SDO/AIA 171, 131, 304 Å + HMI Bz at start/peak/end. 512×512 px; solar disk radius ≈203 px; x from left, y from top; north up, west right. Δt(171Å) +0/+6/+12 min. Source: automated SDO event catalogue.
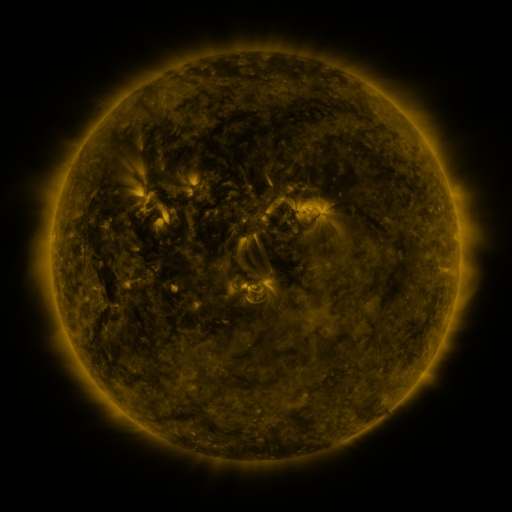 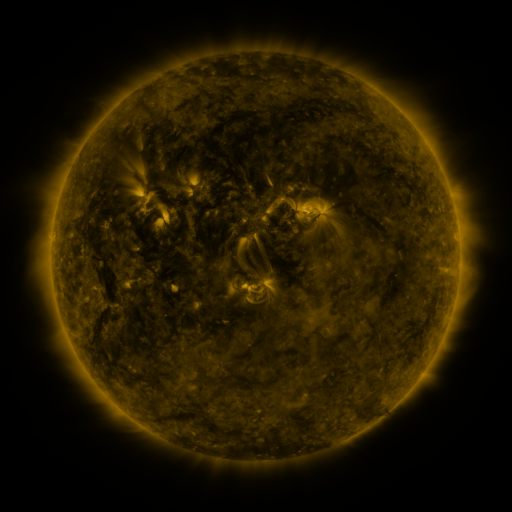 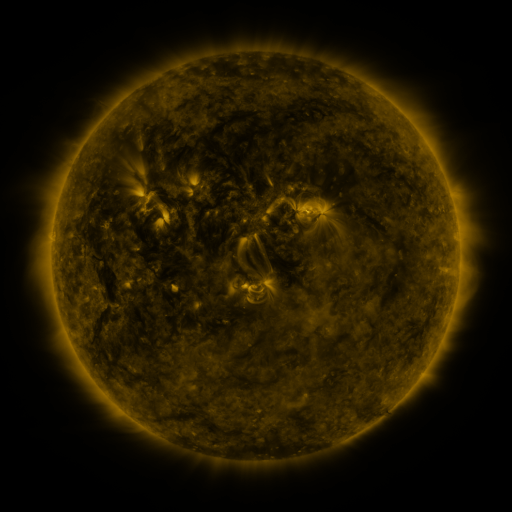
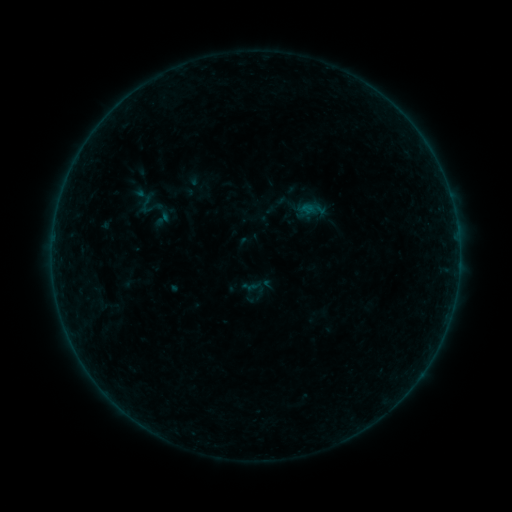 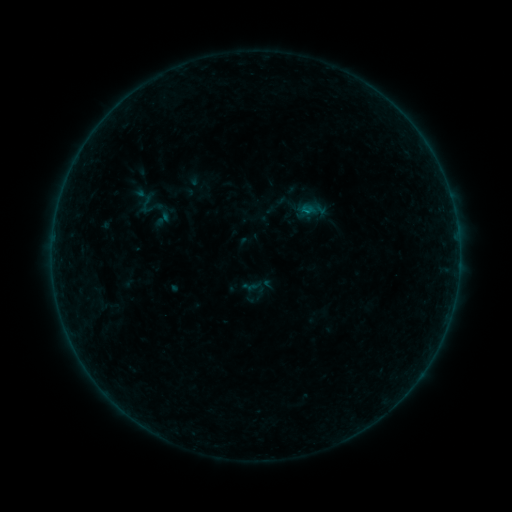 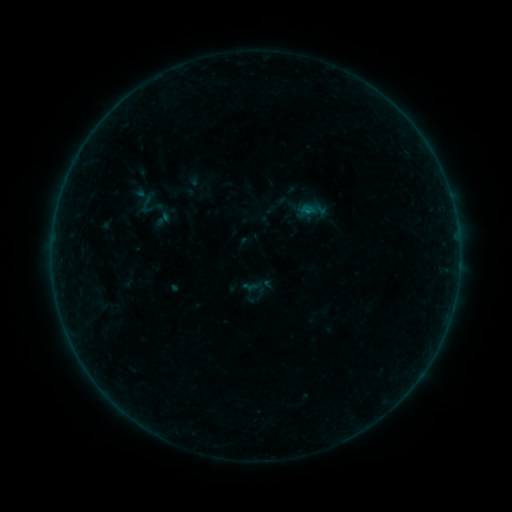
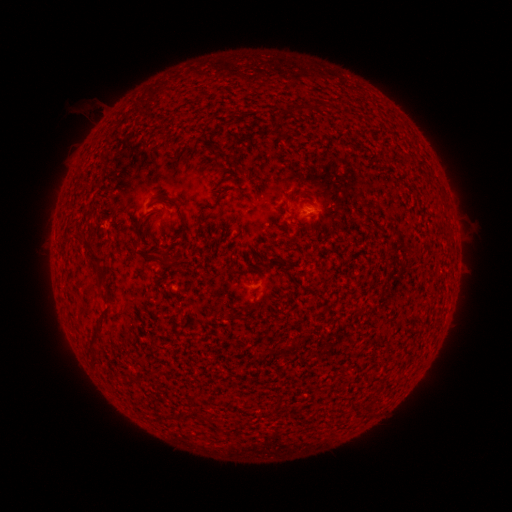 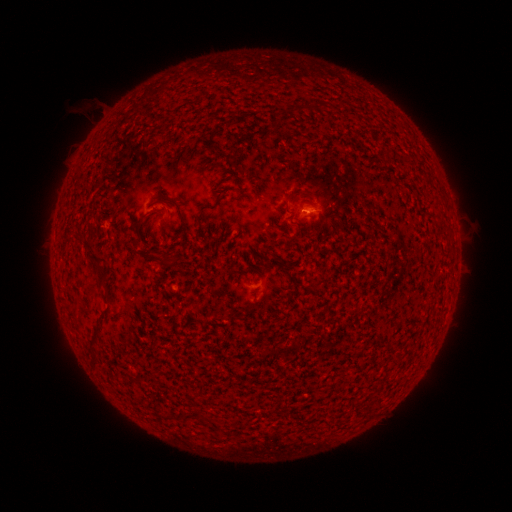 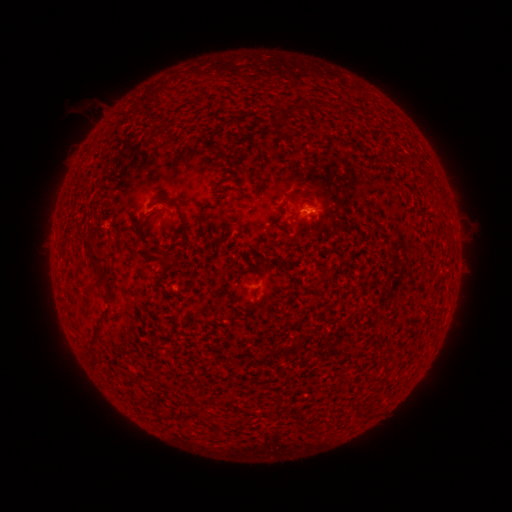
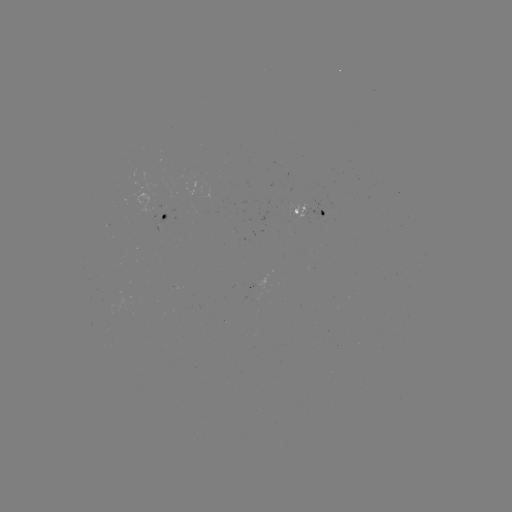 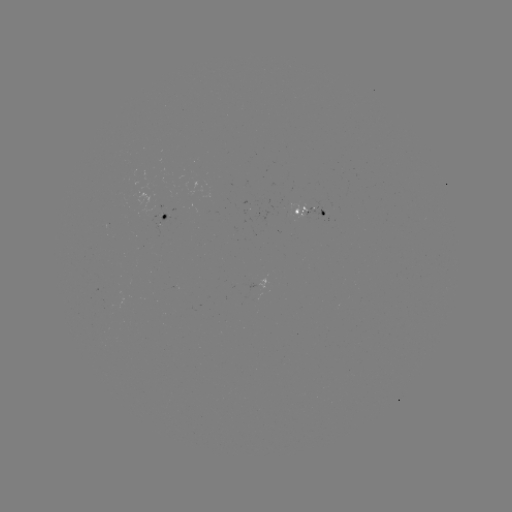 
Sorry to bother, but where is B1.4 flare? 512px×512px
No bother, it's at [307, 214].